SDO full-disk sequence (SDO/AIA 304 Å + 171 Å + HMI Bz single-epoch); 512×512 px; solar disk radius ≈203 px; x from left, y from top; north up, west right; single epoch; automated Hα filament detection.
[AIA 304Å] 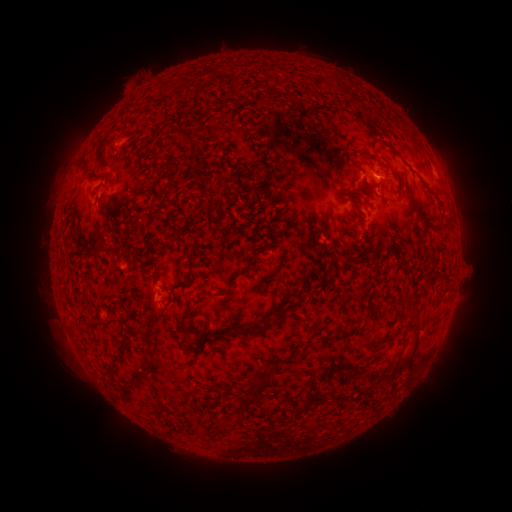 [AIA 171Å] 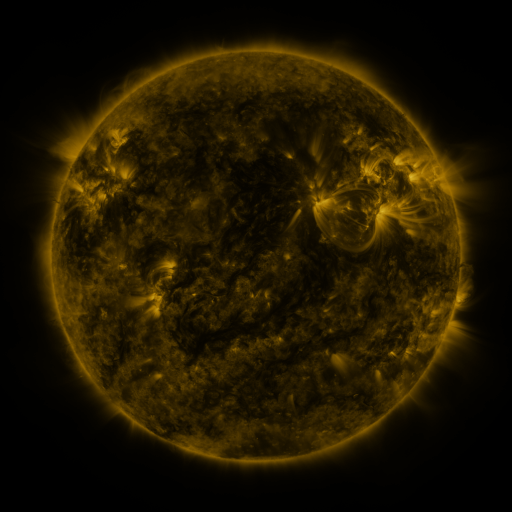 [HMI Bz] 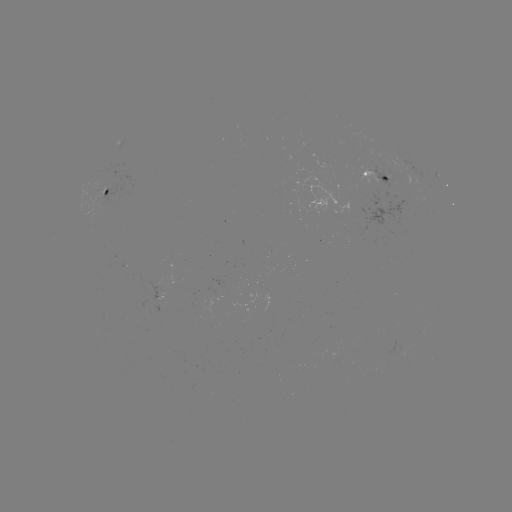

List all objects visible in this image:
filament: (334, 81)
filament: (176, 83)
filament: (183, 134)
filament: (120, 140)
filament: (388, 145)
filament: (385, 160)
filament: (94, 175)
filament: (218, 184)
filament: (430, 189)
filament: (97, 237)
filament: (192, 262)
filament: (252, 262)
filament: (441, 275)
filament: (186, 315)
filament: (90, 329)
filament: (262, 329)
filament: (379, 339)
filament: (413, 350)
filament: (118, 360)
filament: (258, 390)
filament: (345, 396)
filament: (370, 402)
filament: (325, 423)
filament: (227, 426)
